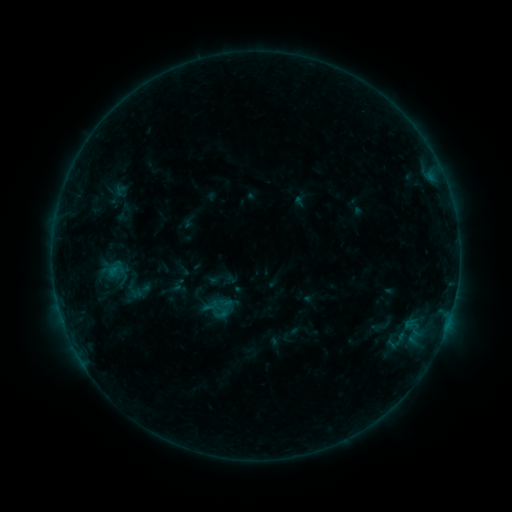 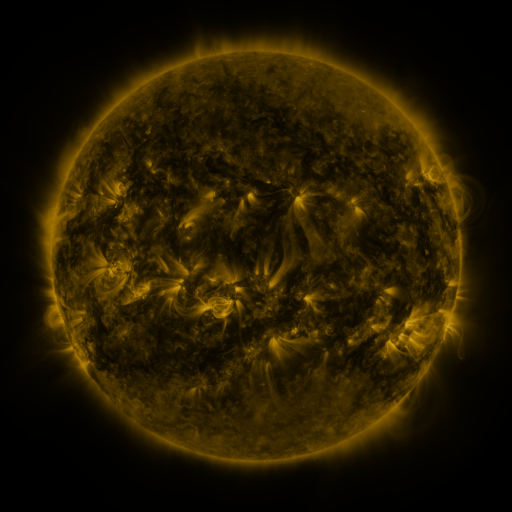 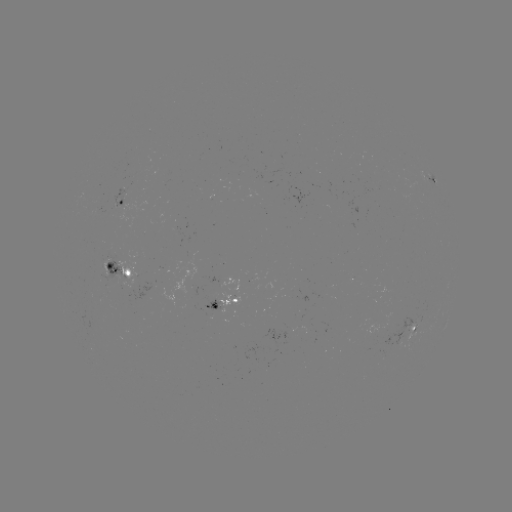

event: sigmoid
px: (380, 327)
